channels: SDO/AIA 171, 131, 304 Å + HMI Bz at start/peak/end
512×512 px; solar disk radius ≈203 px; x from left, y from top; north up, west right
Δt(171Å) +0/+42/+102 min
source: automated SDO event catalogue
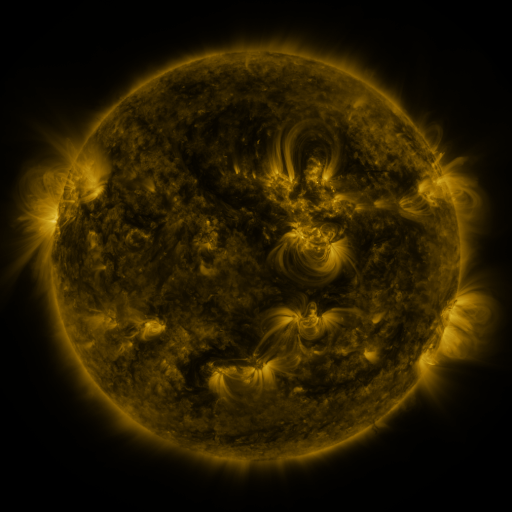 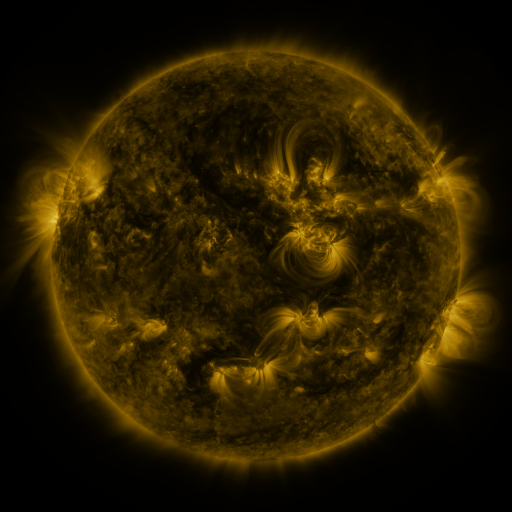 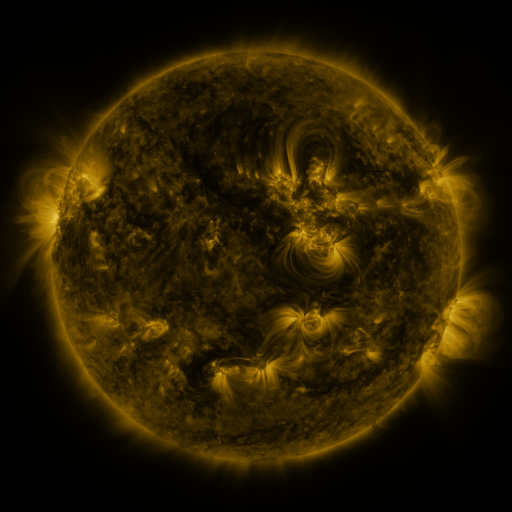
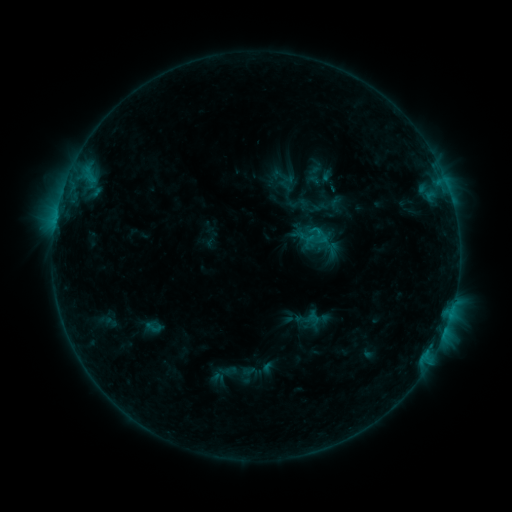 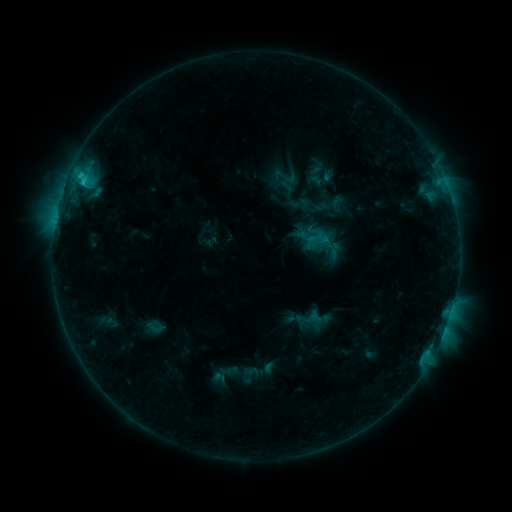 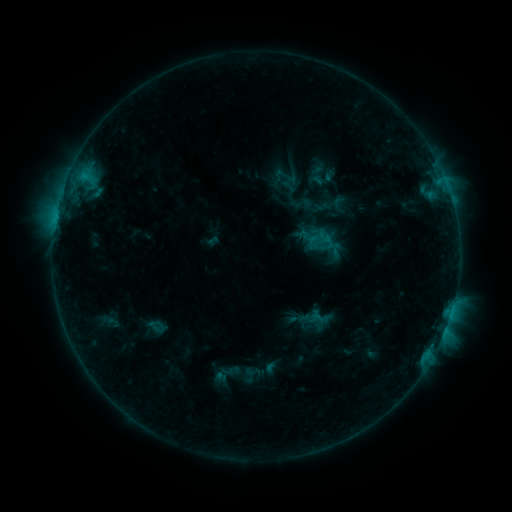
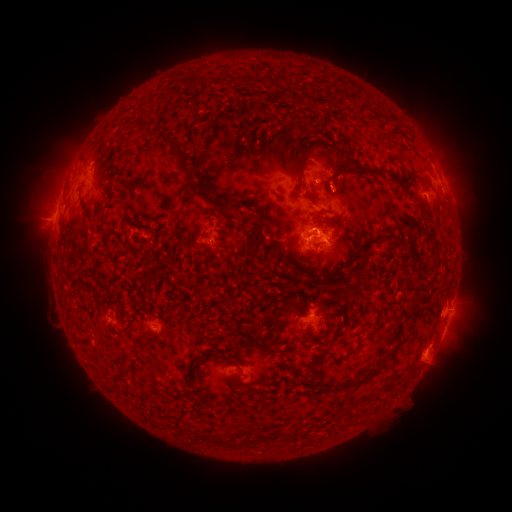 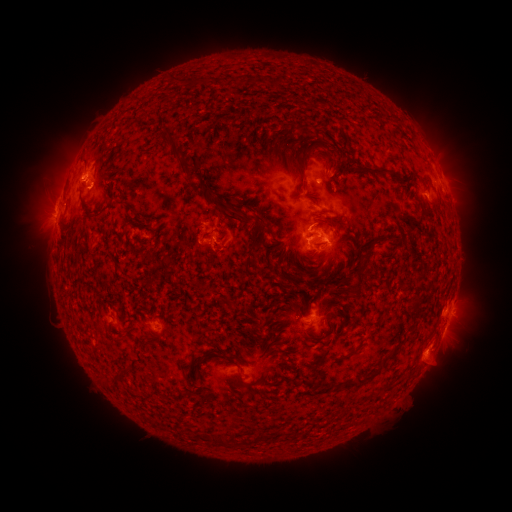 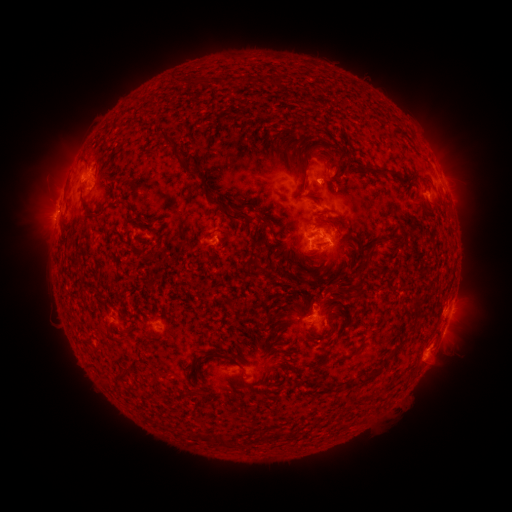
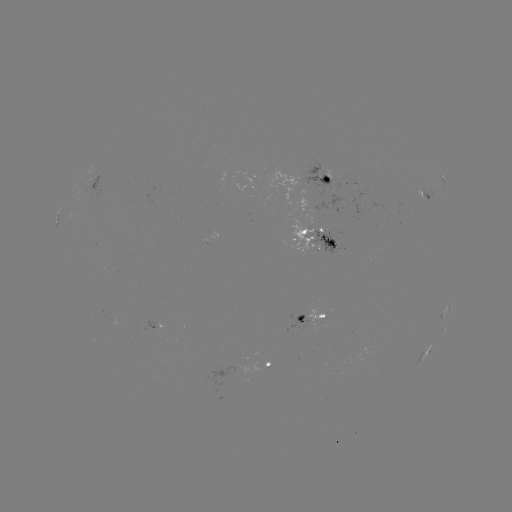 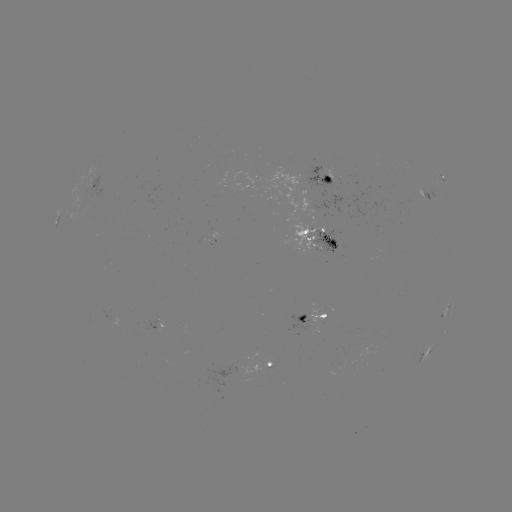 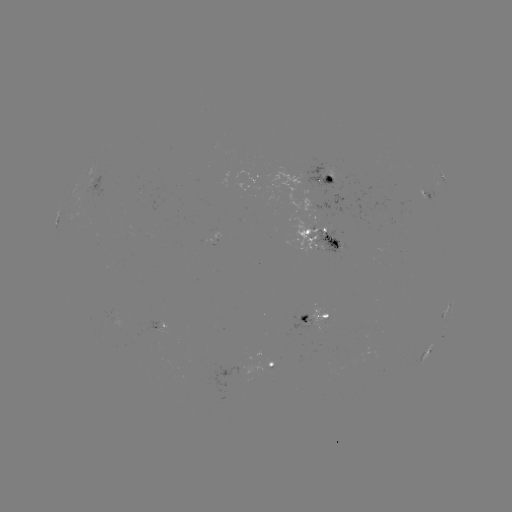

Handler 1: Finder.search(C2.2 flare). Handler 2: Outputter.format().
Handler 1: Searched C2.2 flare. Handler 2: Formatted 83,184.